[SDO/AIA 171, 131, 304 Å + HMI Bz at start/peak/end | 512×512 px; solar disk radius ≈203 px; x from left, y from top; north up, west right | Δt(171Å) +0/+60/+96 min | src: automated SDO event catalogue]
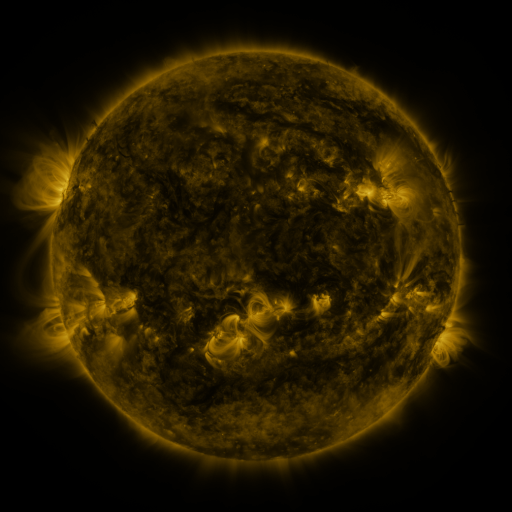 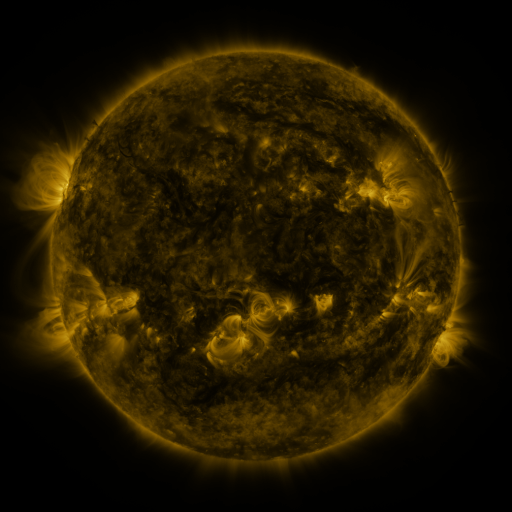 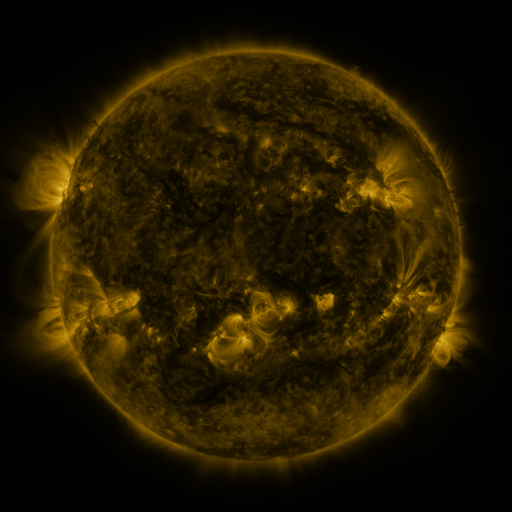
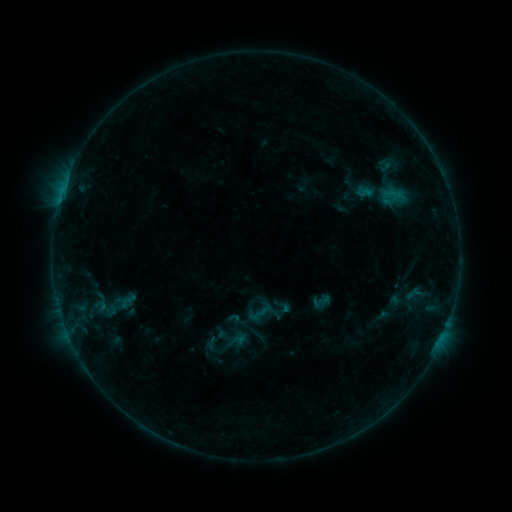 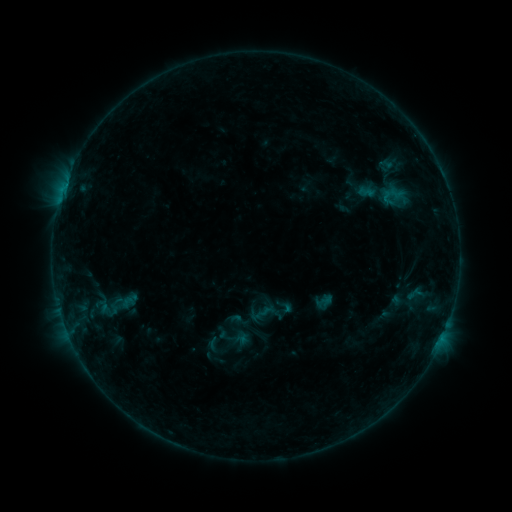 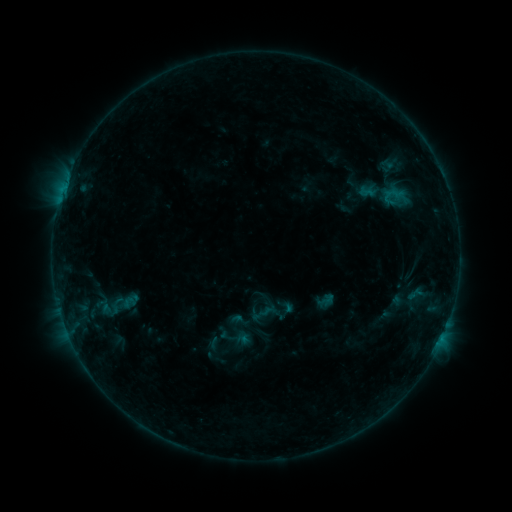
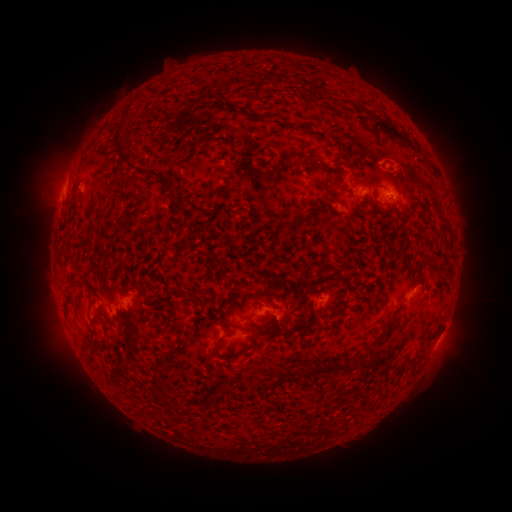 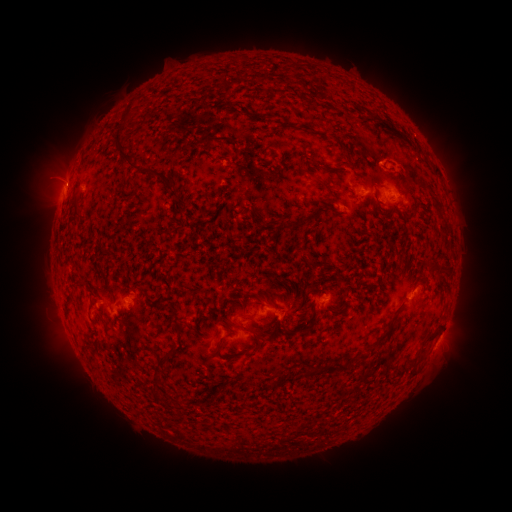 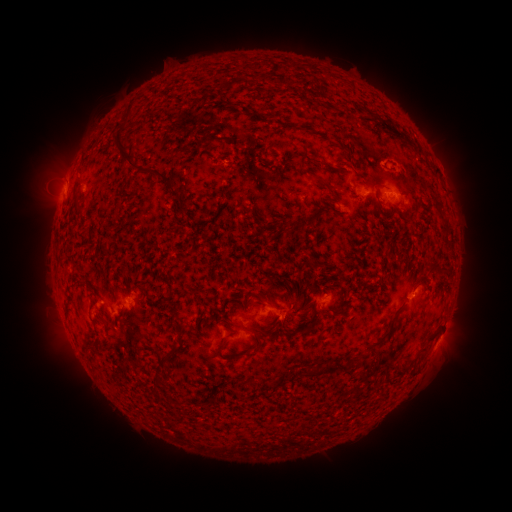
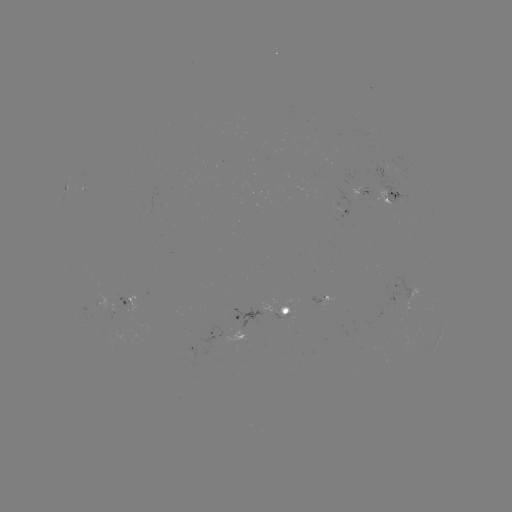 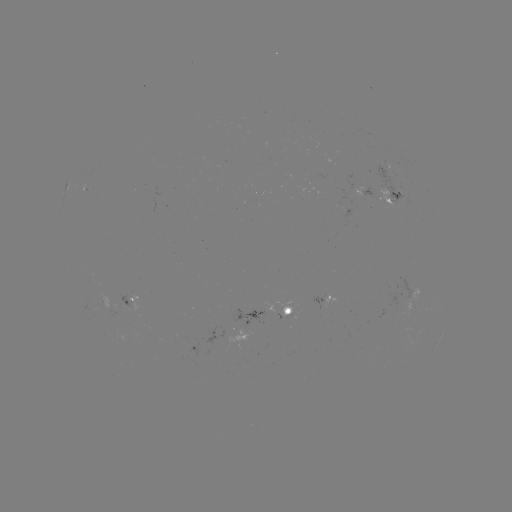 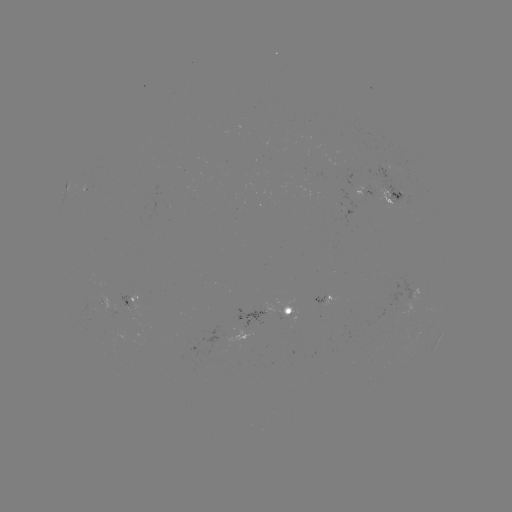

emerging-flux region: <bbox>233, 307, 268, 329</bbox>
